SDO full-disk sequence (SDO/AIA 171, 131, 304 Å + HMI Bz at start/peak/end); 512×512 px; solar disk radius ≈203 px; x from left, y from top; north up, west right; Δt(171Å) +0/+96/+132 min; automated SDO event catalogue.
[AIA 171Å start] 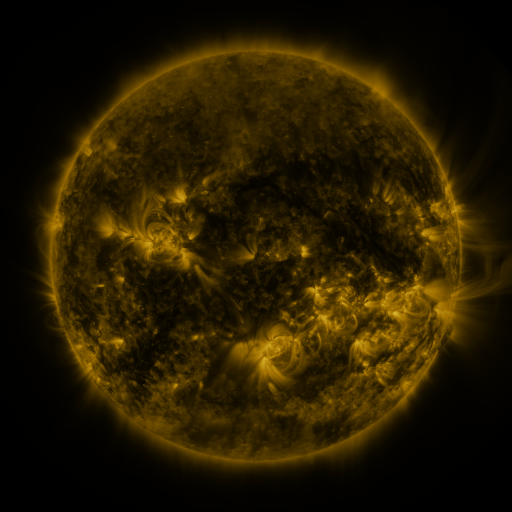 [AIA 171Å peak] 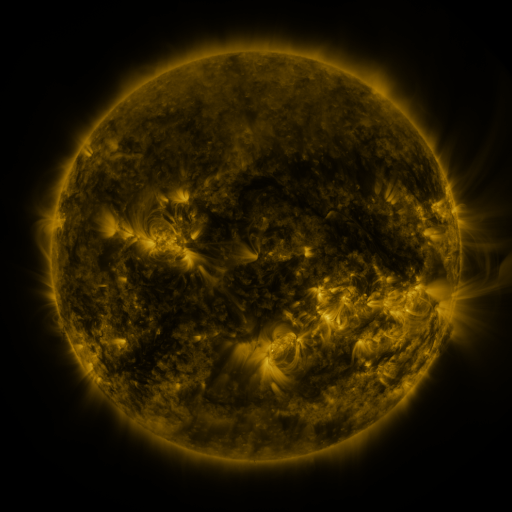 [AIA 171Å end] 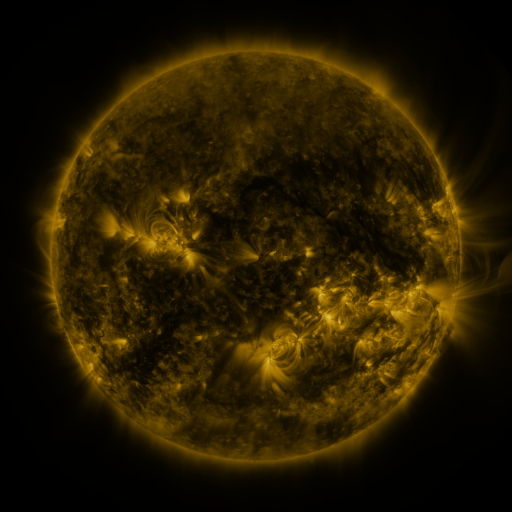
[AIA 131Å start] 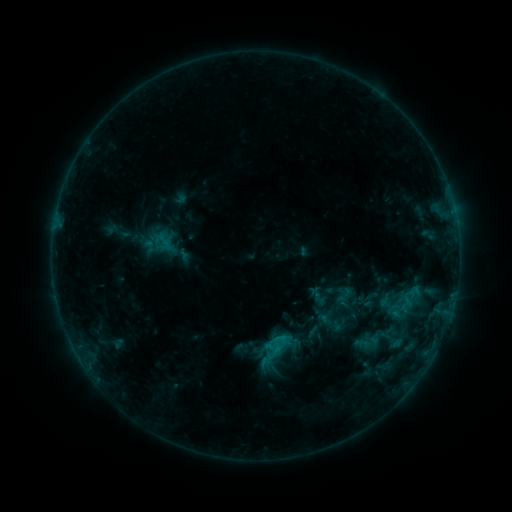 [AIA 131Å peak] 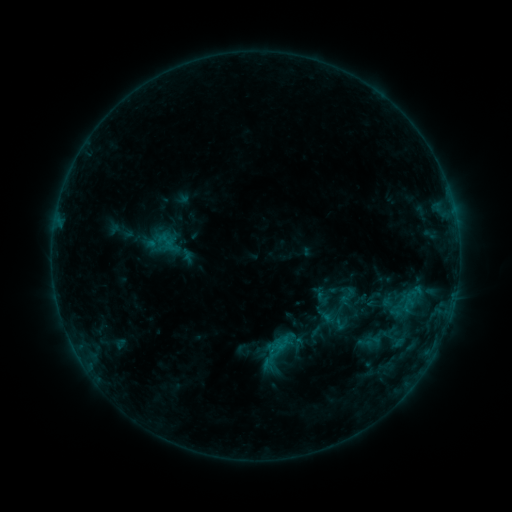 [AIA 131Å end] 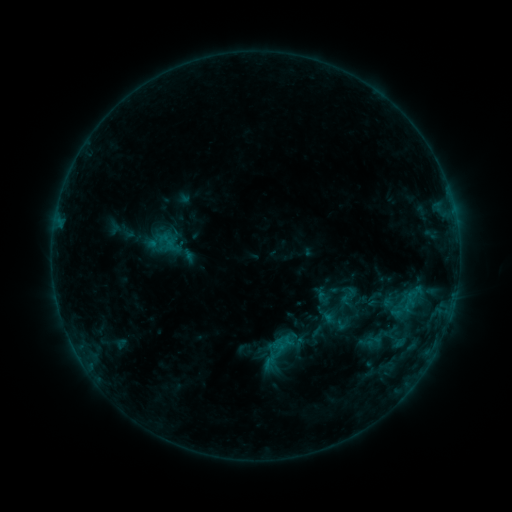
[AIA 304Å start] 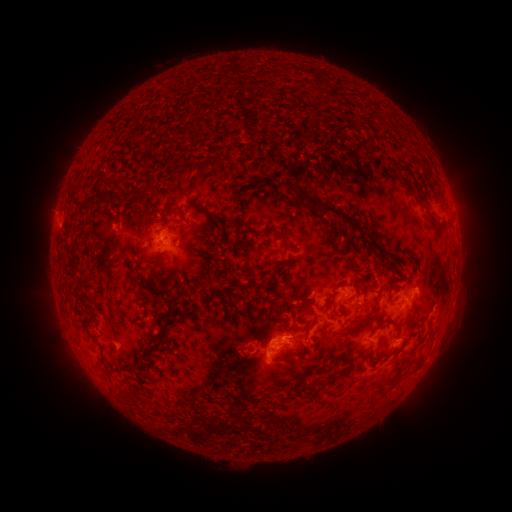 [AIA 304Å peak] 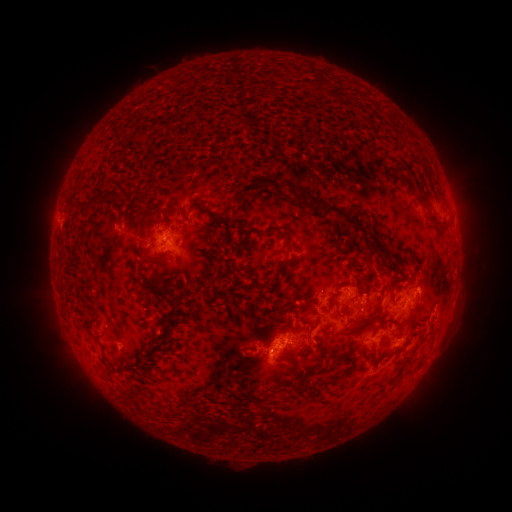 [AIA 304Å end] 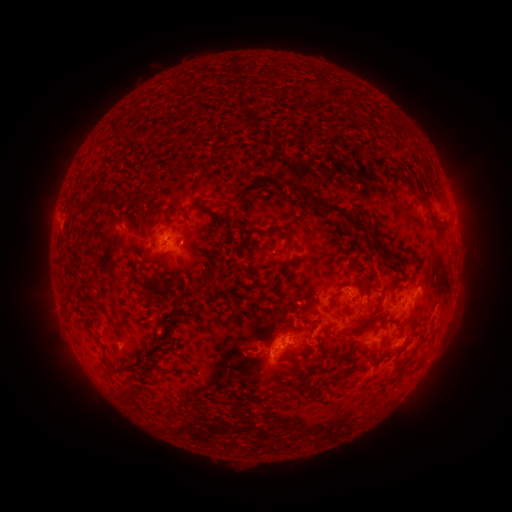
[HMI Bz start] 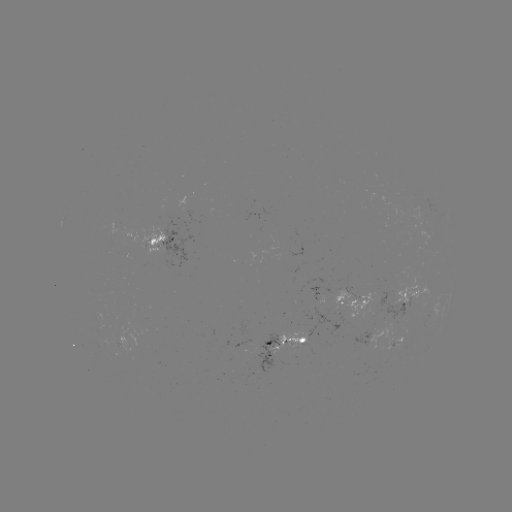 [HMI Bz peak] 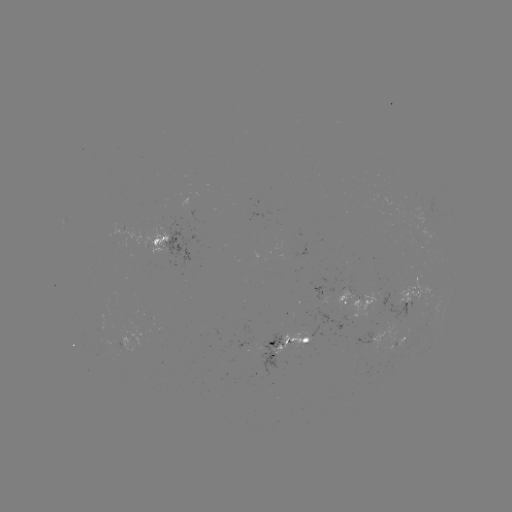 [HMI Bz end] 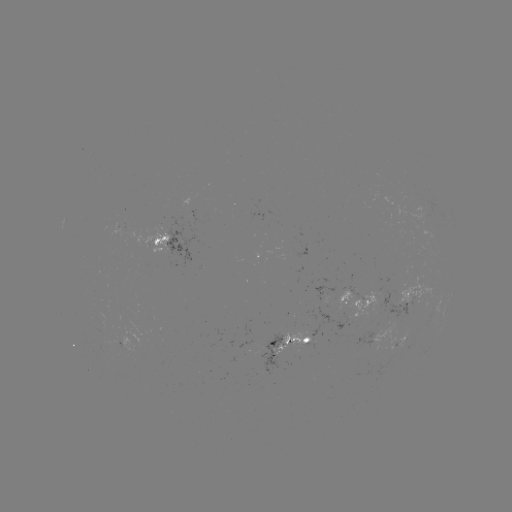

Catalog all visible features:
emerging-flux region: (272, 350)
